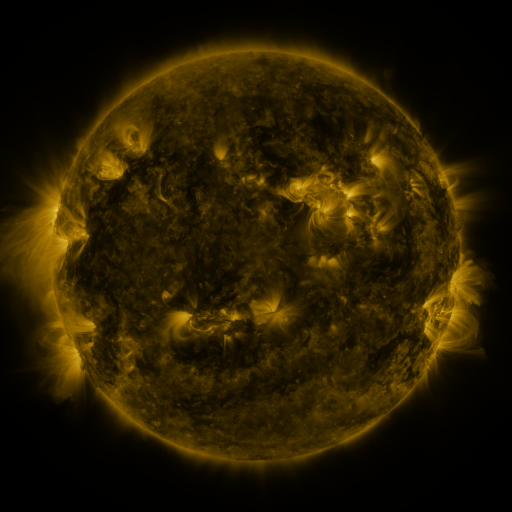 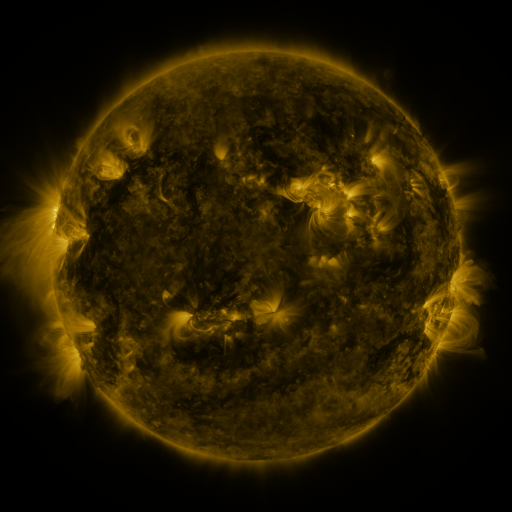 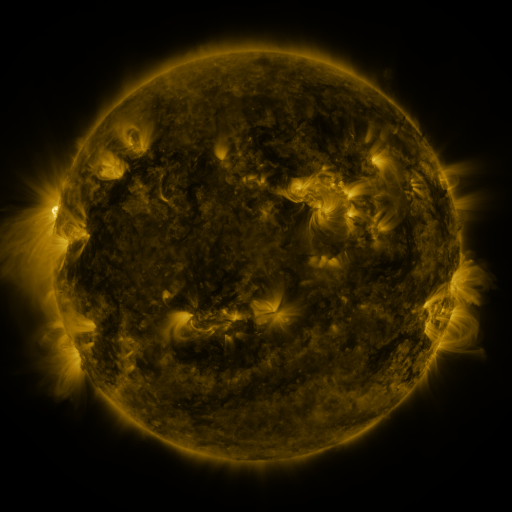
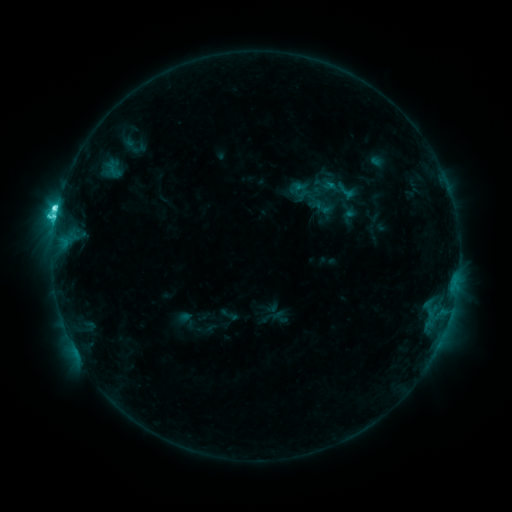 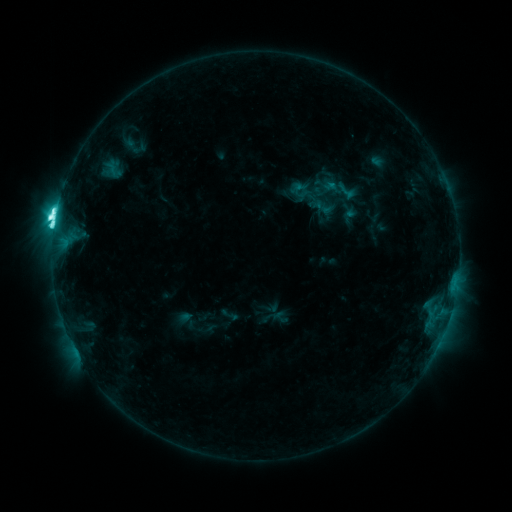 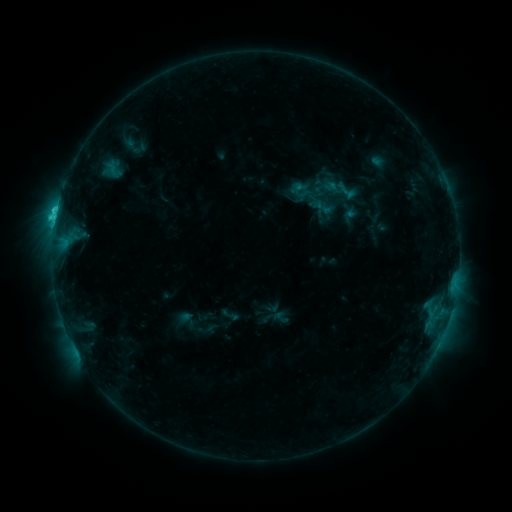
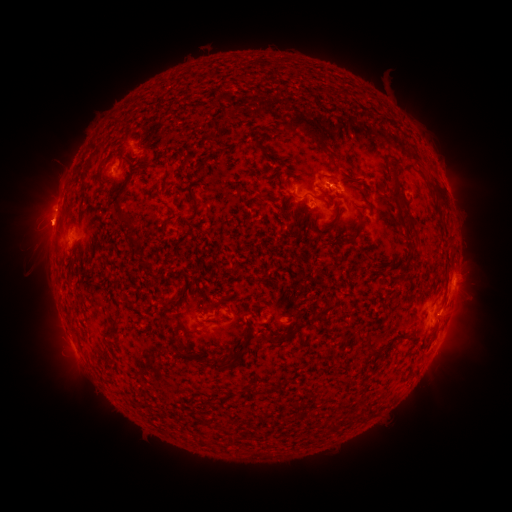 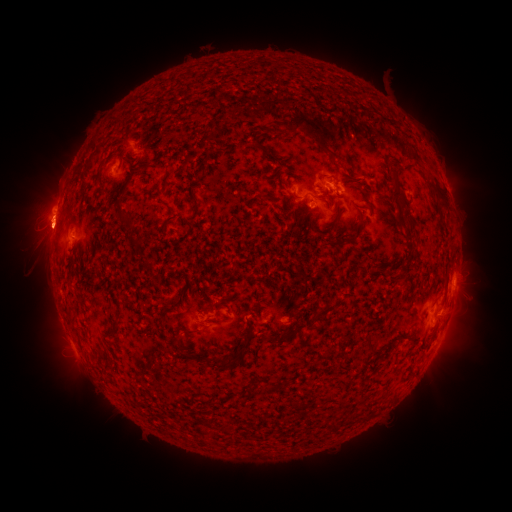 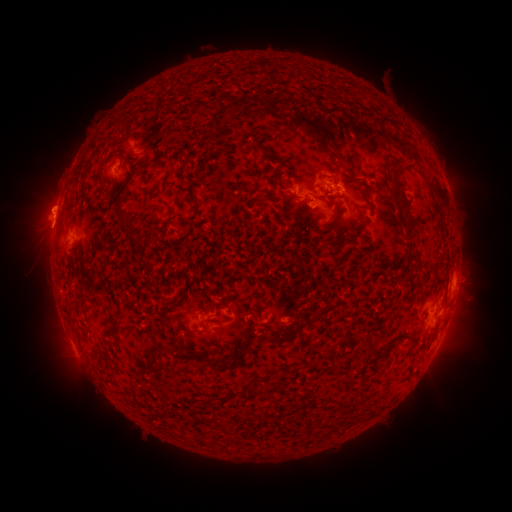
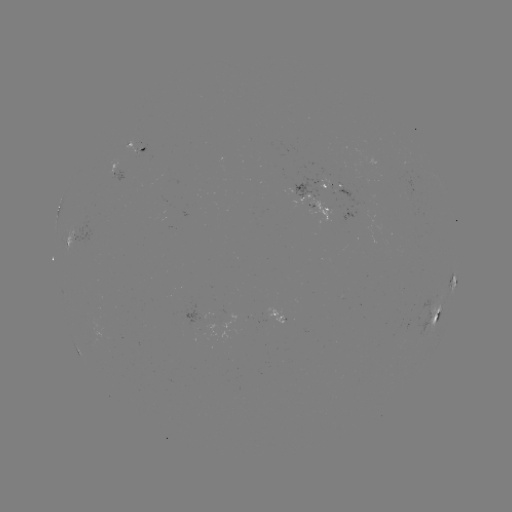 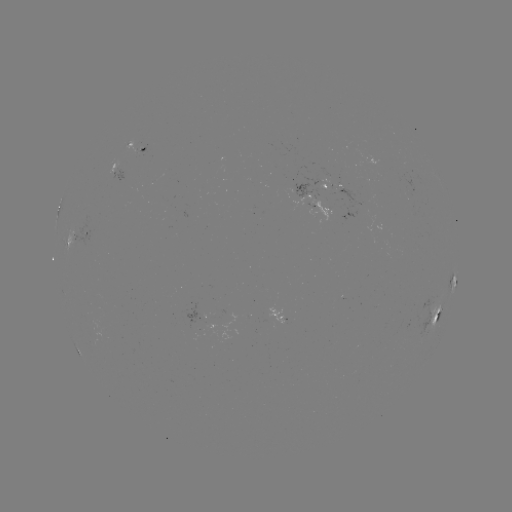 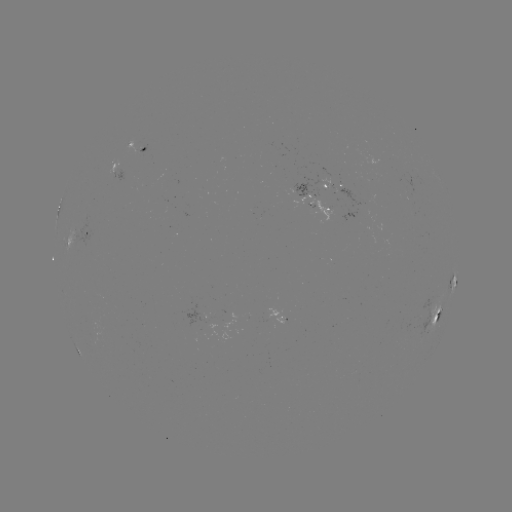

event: eruption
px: (47, 223)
